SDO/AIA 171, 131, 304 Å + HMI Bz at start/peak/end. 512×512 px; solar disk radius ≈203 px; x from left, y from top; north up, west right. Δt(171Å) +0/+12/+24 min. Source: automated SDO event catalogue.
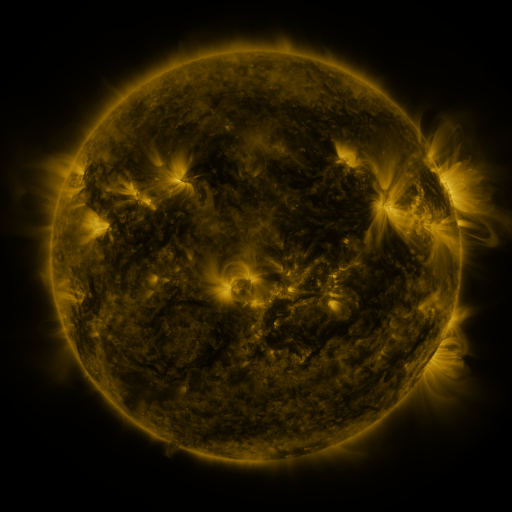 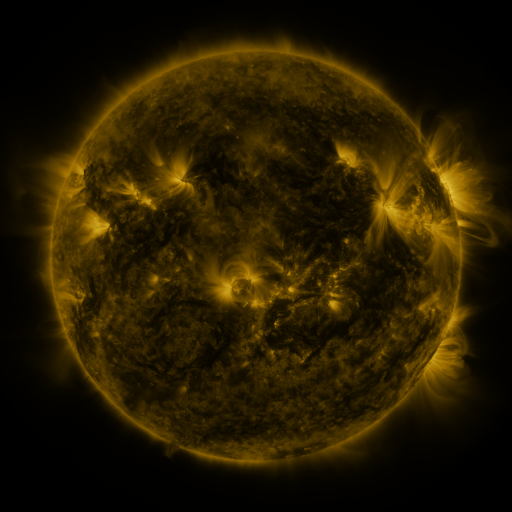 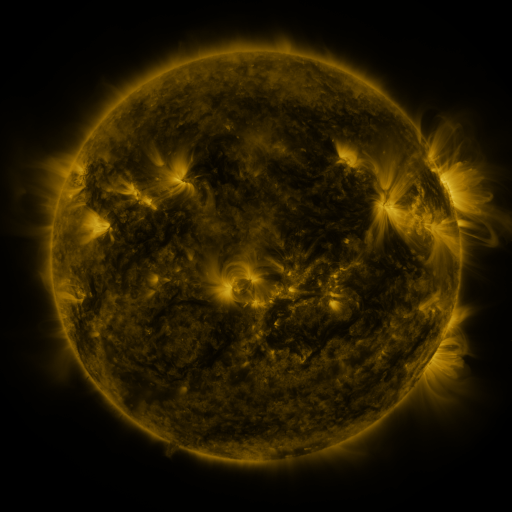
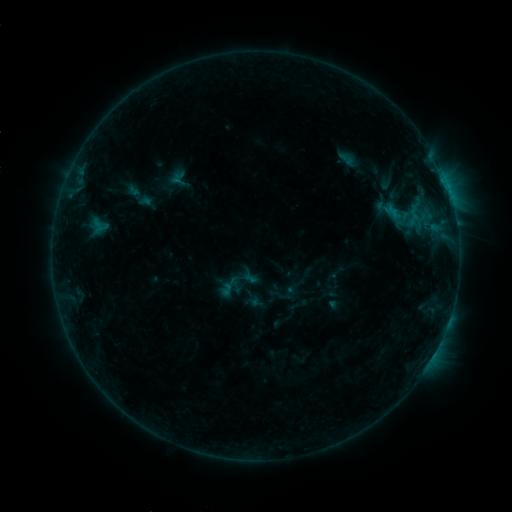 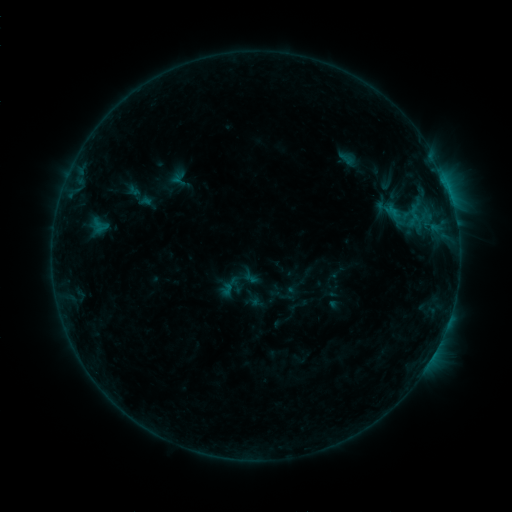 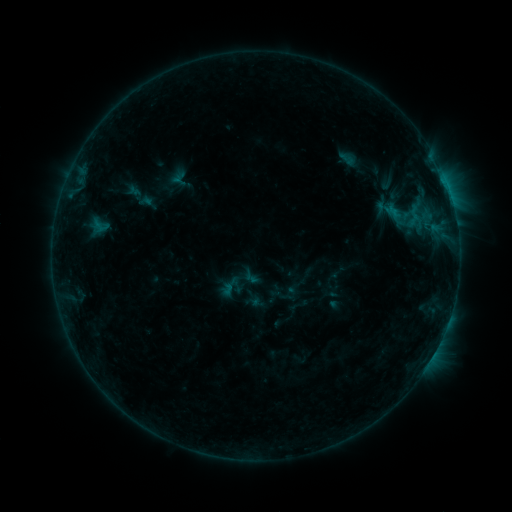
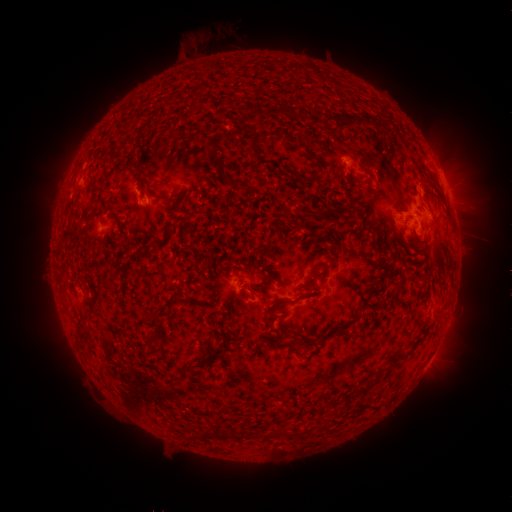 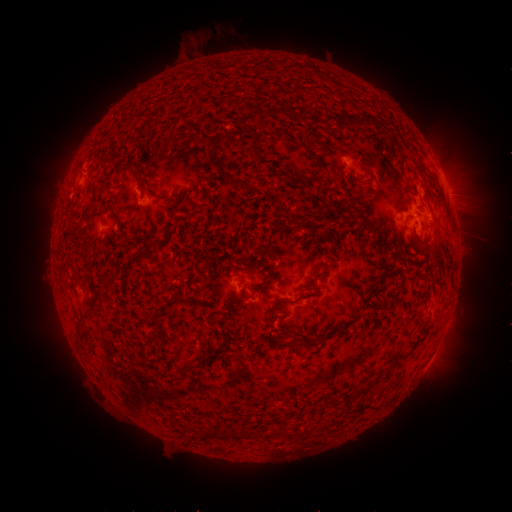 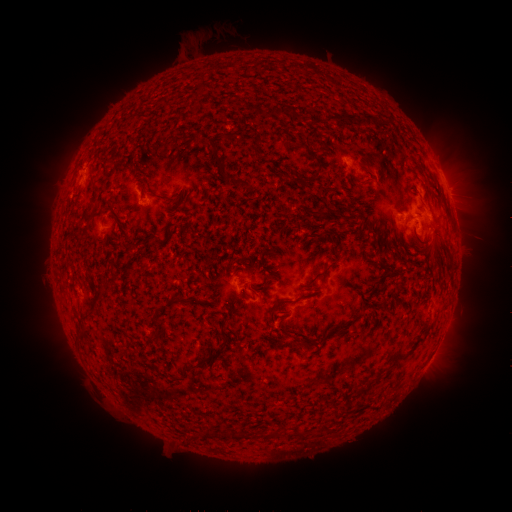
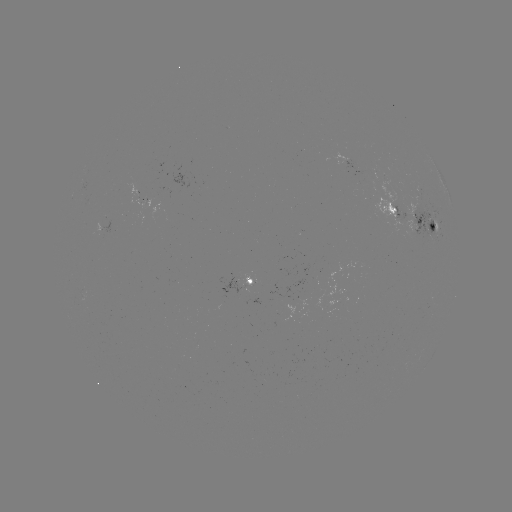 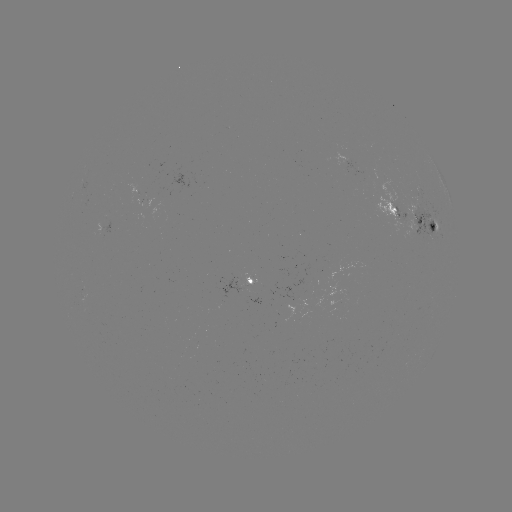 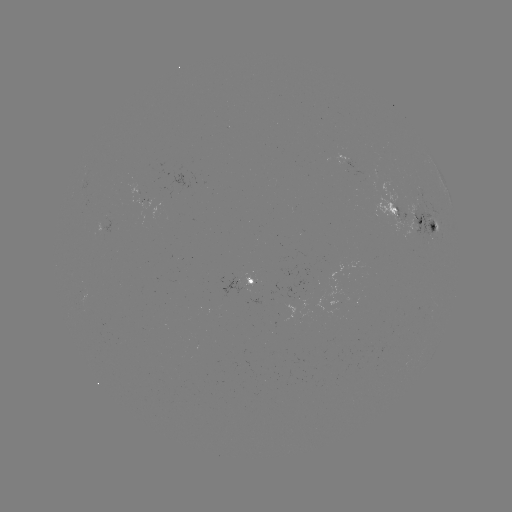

nothing was catalogued: no classed flare, no EUV trigger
